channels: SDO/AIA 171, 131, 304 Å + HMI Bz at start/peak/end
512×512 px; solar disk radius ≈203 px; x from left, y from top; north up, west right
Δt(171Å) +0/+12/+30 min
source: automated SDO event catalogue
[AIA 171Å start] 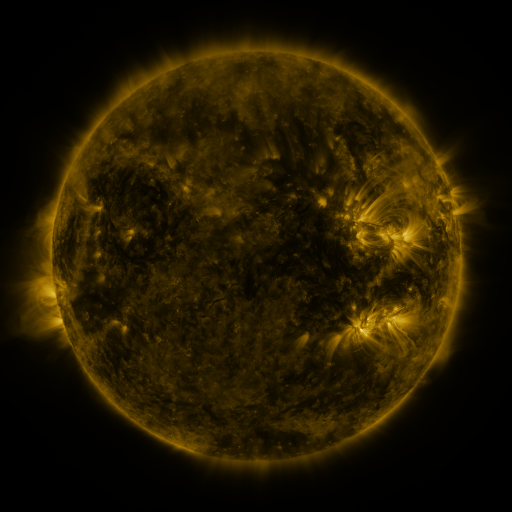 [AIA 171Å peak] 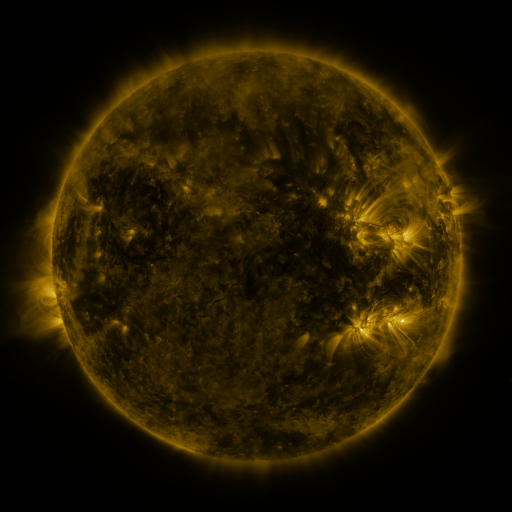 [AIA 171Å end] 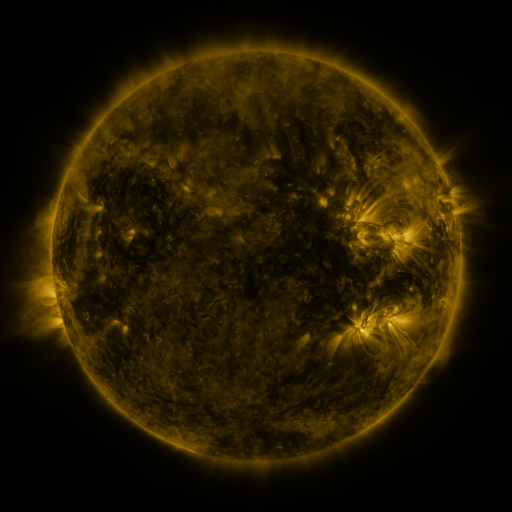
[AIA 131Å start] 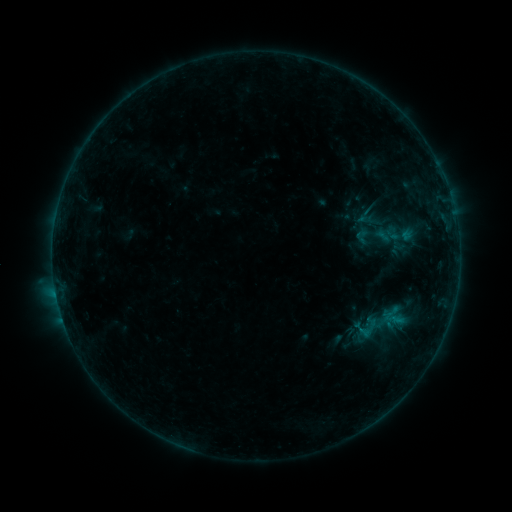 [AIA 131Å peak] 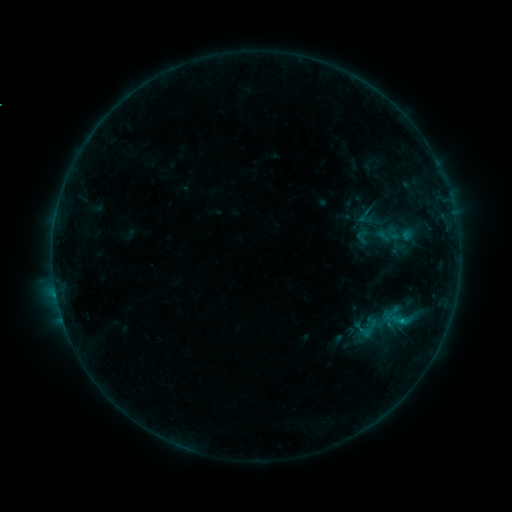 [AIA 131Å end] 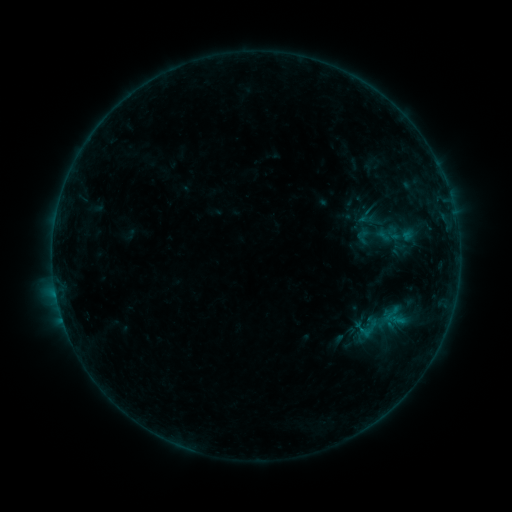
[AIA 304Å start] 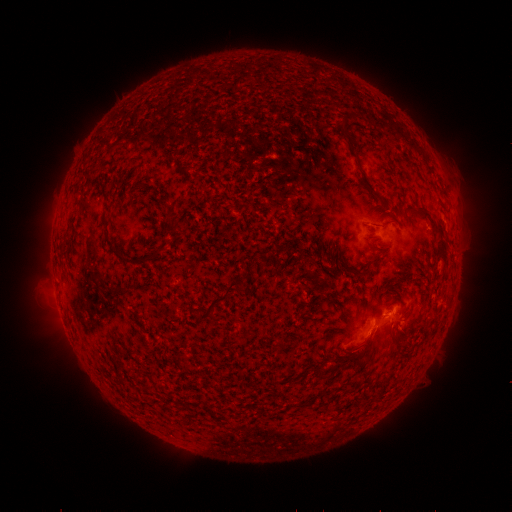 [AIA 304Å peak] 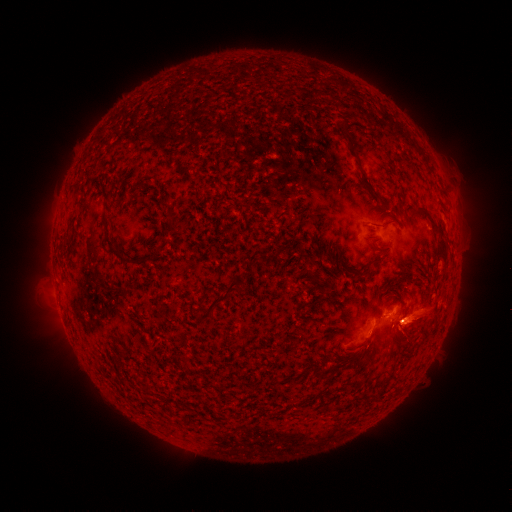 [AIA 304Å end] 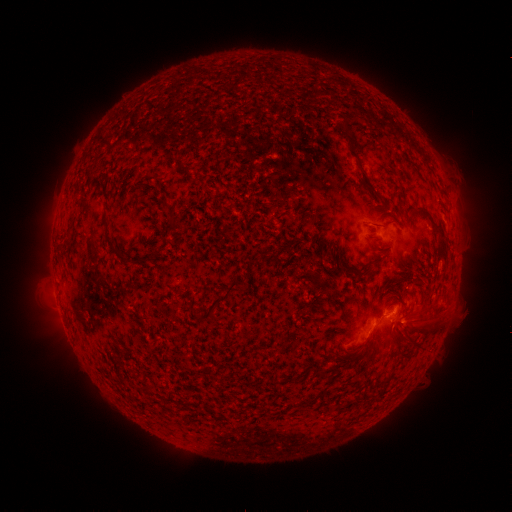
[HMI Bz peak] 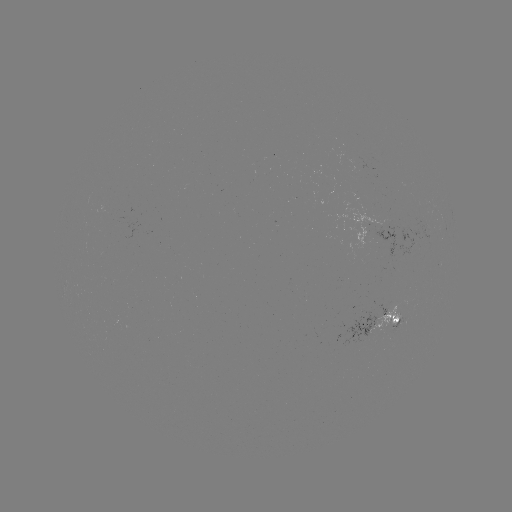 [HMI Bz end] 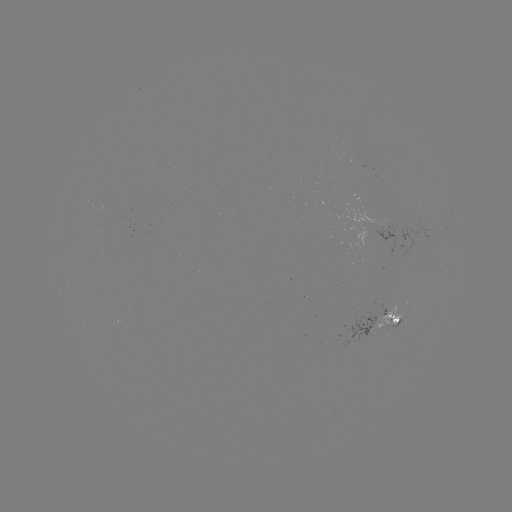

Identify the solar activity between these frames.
eruption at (426, 323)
